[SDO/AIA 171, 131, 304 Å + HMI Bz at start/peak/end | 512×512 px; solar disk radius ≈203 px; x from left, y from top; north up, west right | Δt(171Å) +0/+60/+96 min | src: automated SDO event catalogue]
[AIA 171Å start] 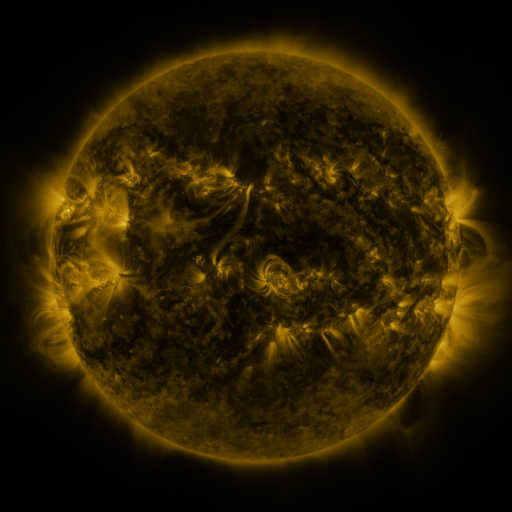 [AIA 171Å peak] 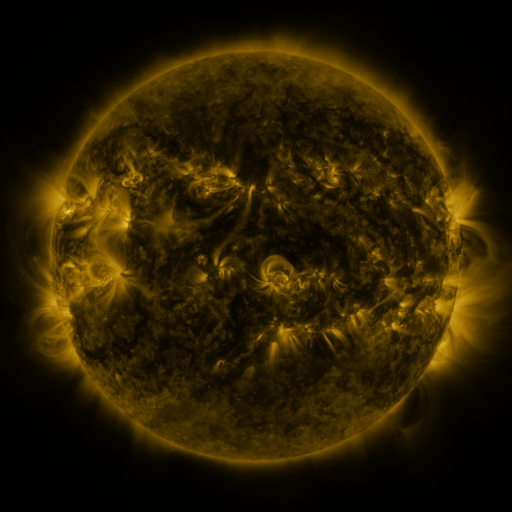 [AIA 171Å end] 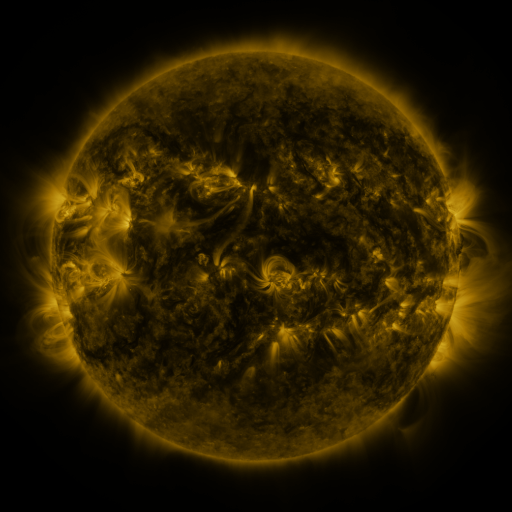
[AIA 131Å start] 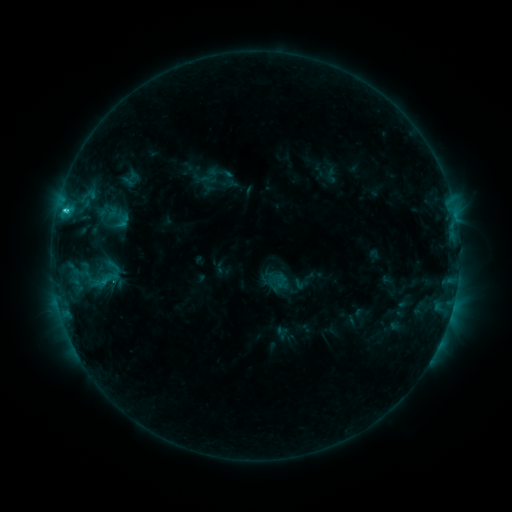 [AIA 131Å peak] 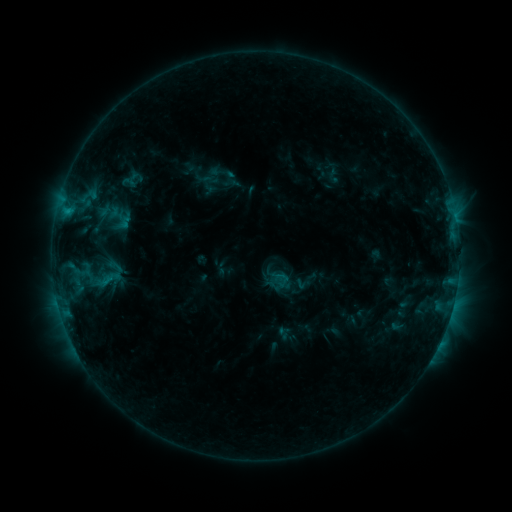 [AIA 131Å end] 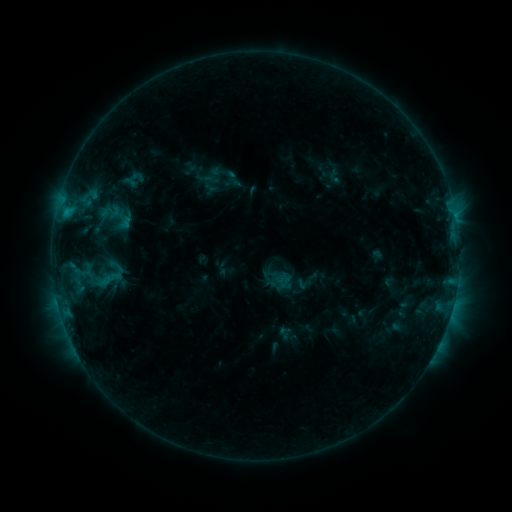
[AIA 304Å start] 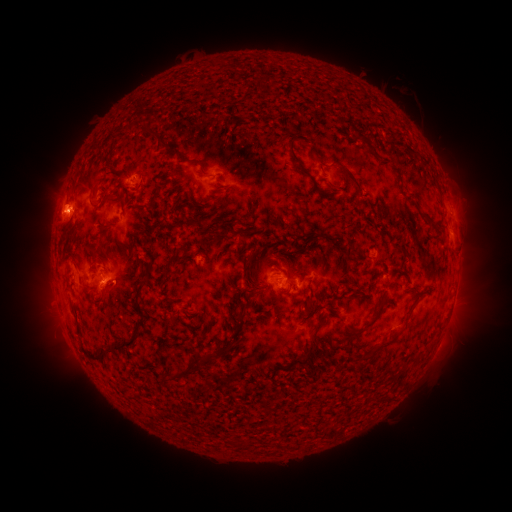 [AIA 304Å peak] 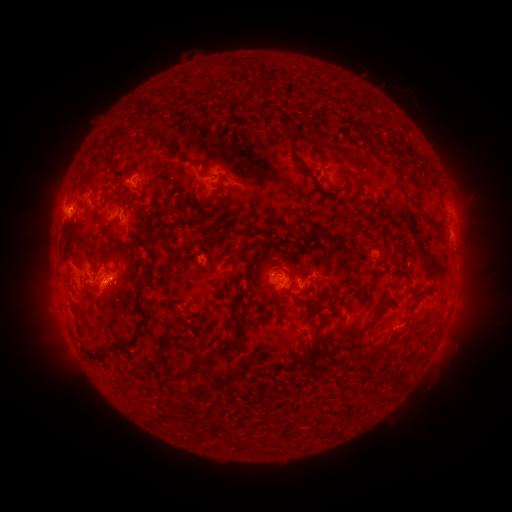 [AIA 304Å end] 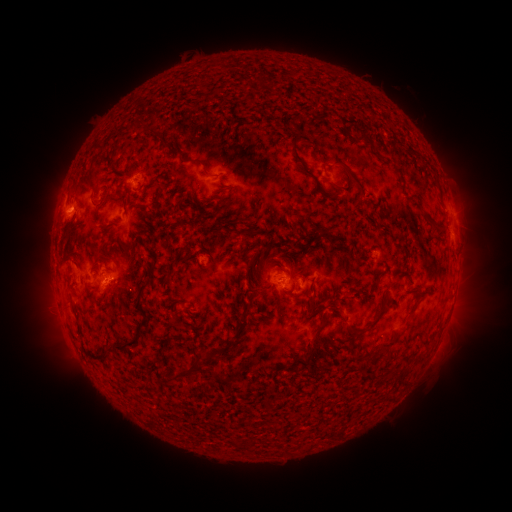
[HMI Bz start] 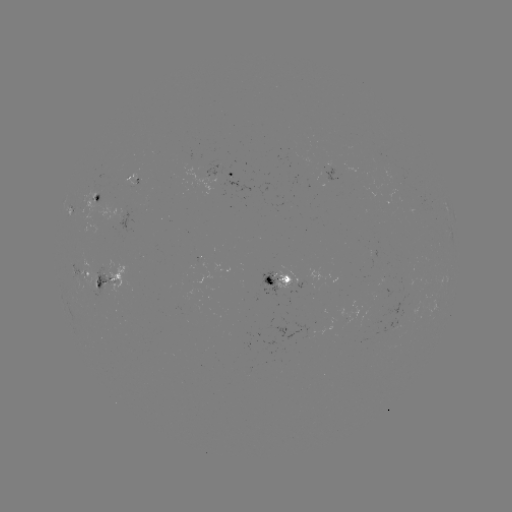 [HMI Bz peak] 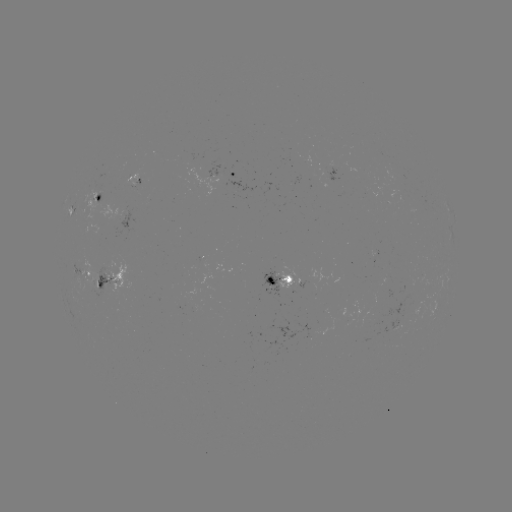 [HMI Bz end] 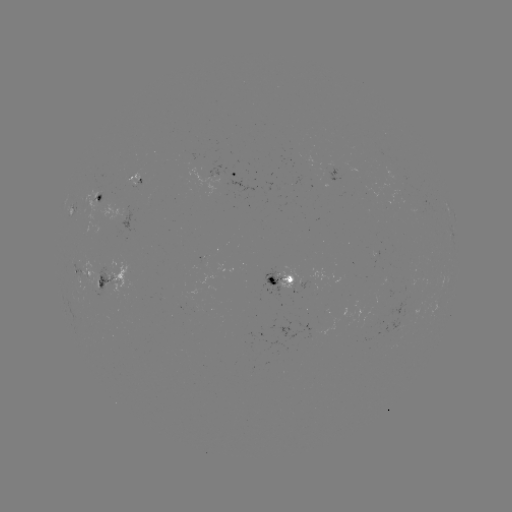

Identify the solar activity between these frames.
emerging-flux region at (399, 319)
